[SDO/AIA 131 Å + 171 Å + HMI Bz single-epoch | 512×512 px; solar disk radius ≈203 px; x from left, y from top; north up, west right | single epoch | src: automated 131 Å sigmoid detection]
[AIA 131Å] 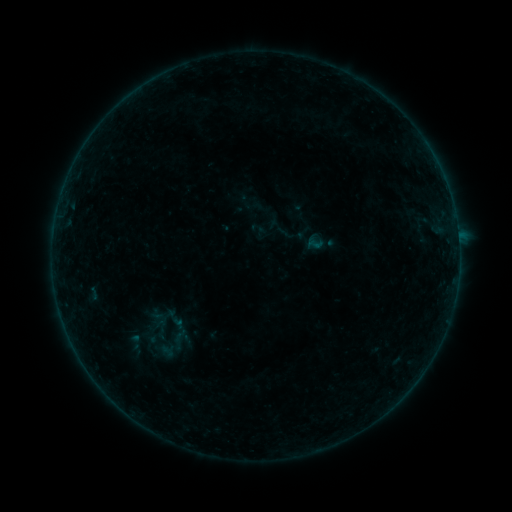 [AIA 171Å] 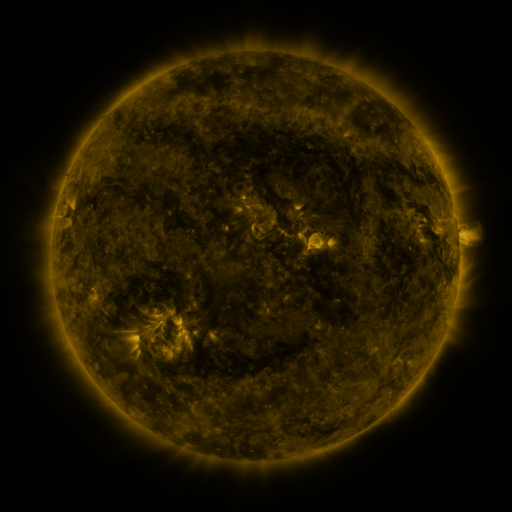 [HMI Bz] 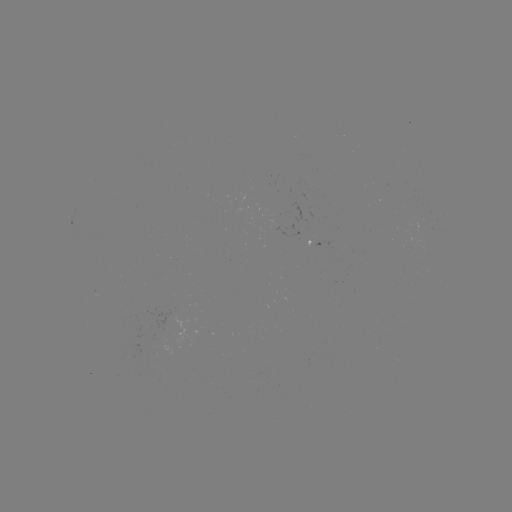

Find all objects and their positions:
sigmoid: <bbox>306, 236, 323, 252</bbox>
